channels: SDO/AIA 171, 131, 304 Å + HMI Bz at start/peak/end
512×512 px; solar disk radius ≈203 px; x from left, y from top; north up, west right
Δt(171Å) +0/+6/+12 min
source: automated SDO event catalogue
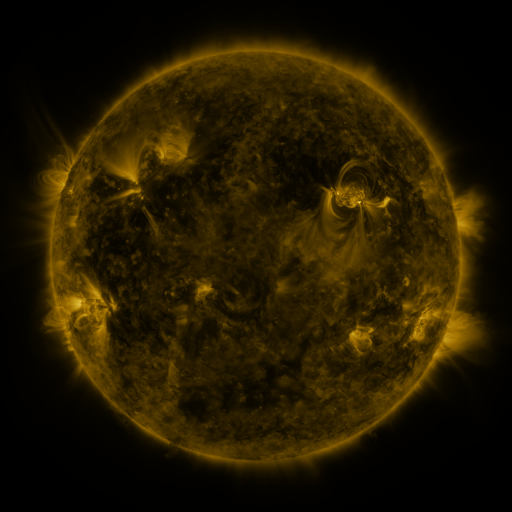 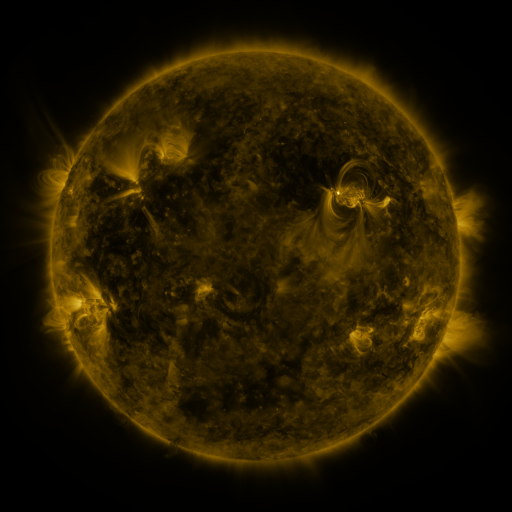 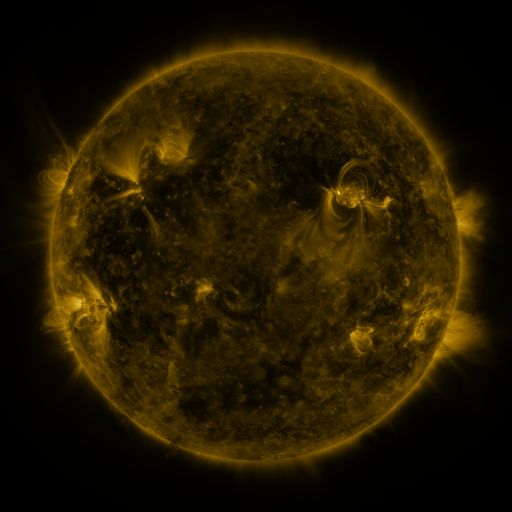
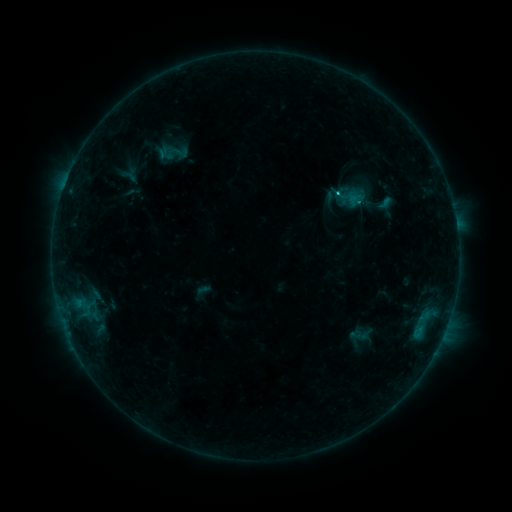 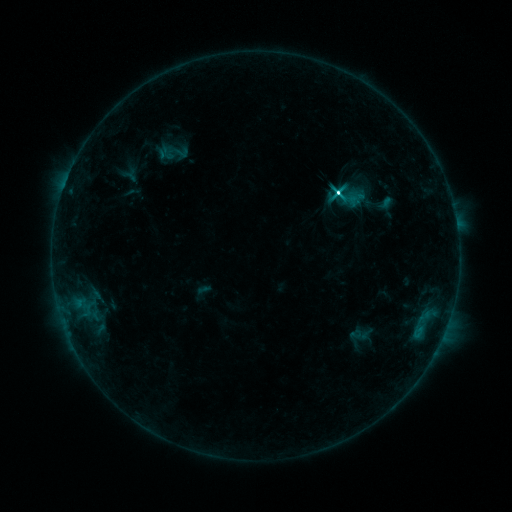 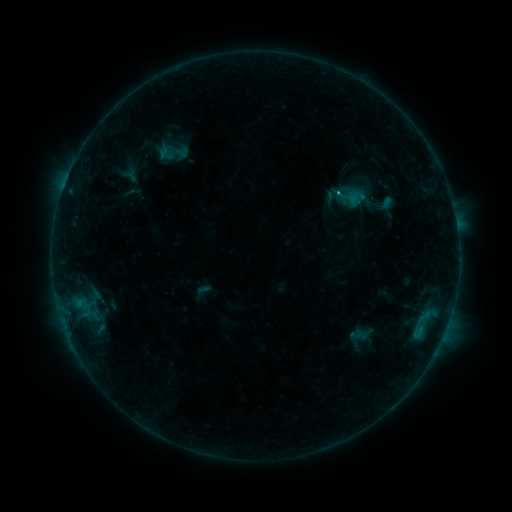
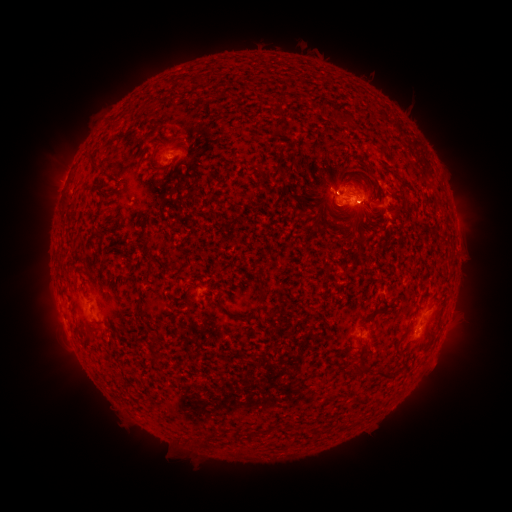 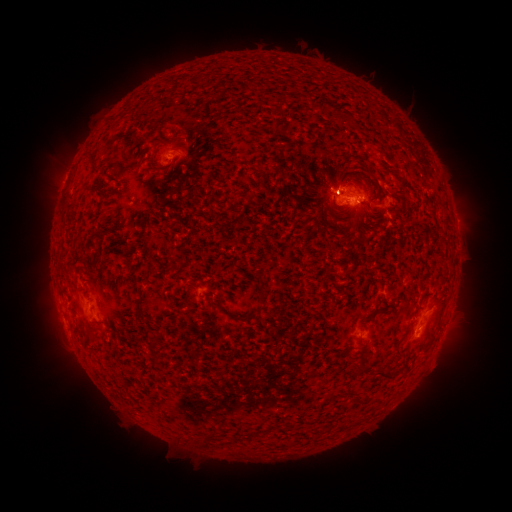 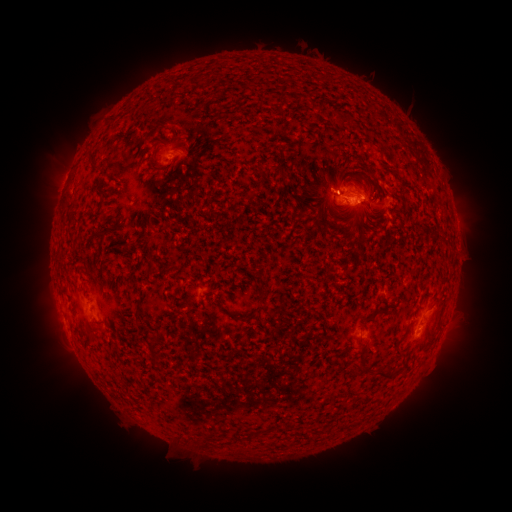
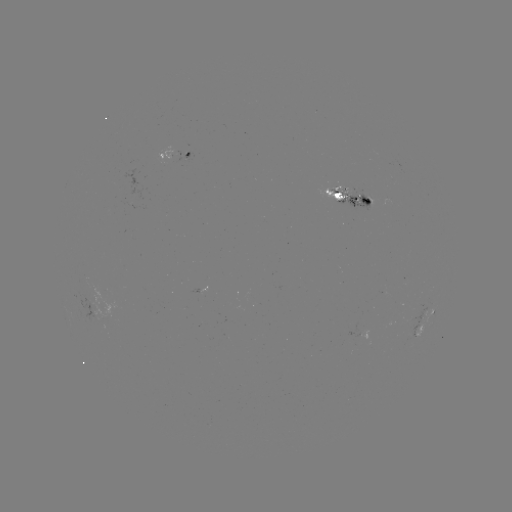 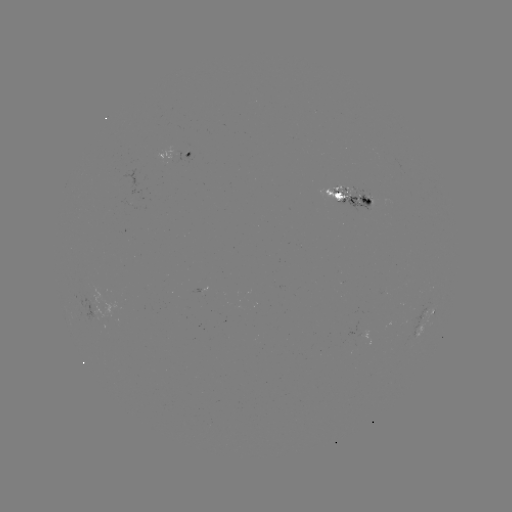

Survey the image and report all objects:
M1.0 flare: (336, 194)
